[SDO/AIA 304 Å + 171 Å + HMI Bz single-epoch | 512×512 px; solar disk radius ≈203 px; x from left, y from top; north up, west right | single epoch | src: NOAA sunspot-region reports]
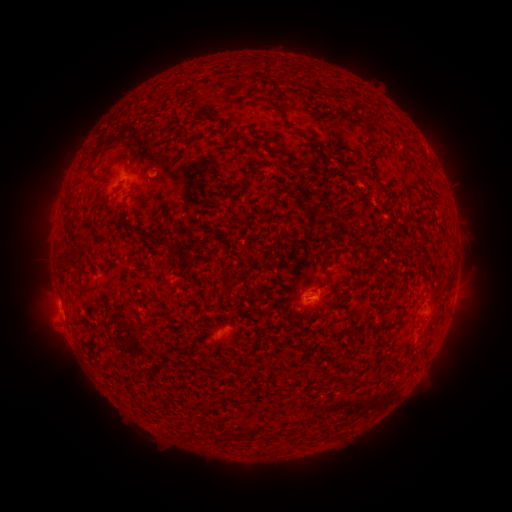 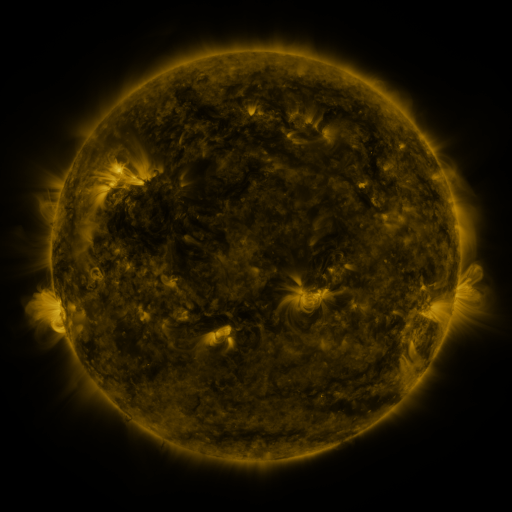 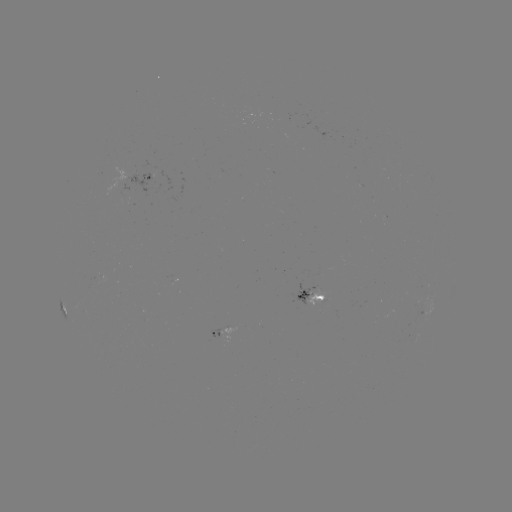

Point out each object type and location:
spotted active region: (149, 176)
spotted active region: (312, 295)
spotted active region: (65, 310)
spotted active region: (221, 332)
